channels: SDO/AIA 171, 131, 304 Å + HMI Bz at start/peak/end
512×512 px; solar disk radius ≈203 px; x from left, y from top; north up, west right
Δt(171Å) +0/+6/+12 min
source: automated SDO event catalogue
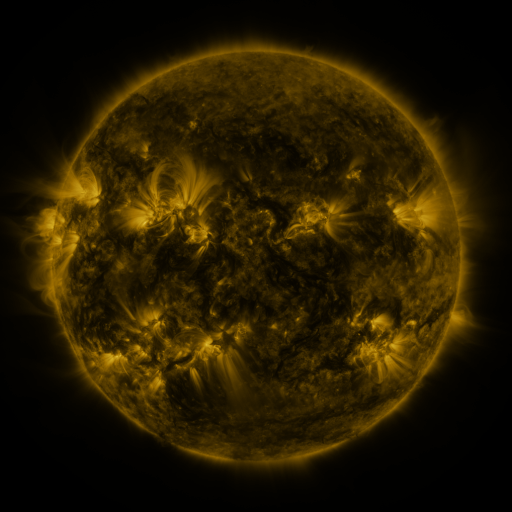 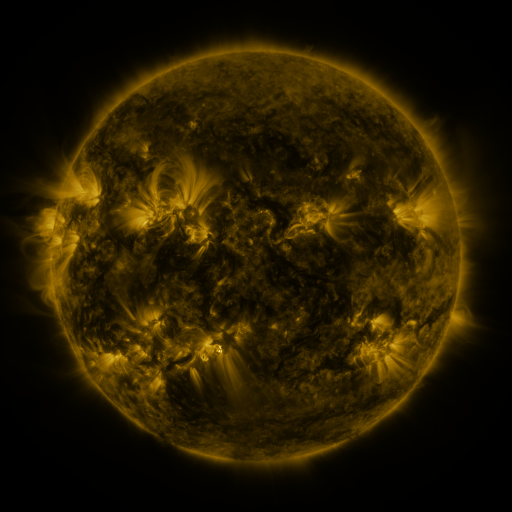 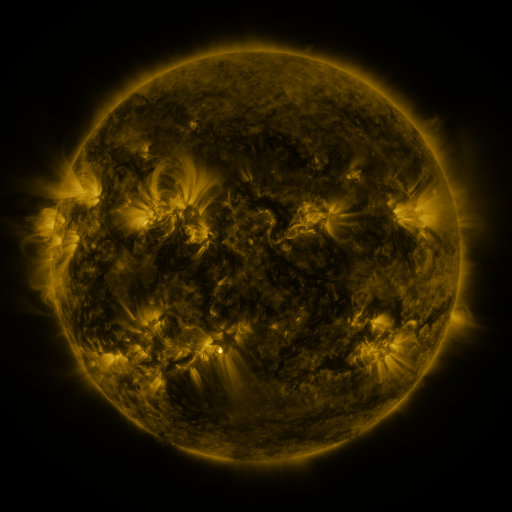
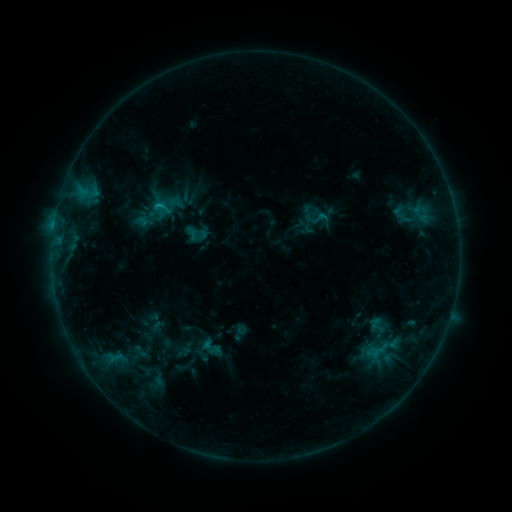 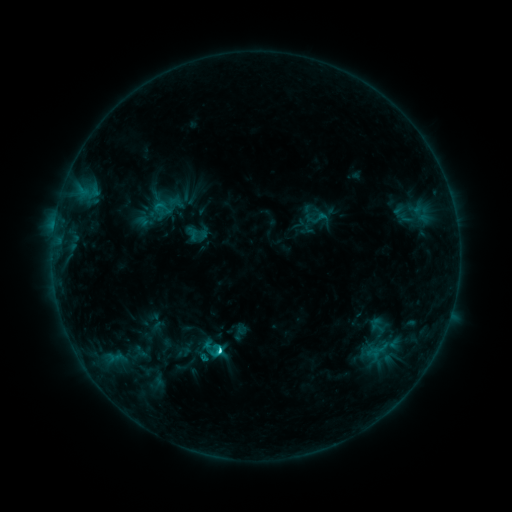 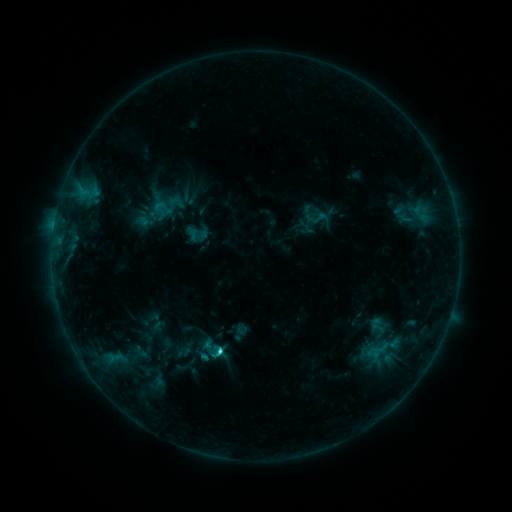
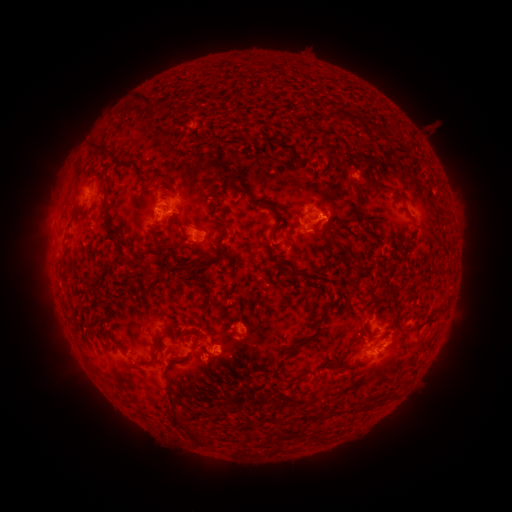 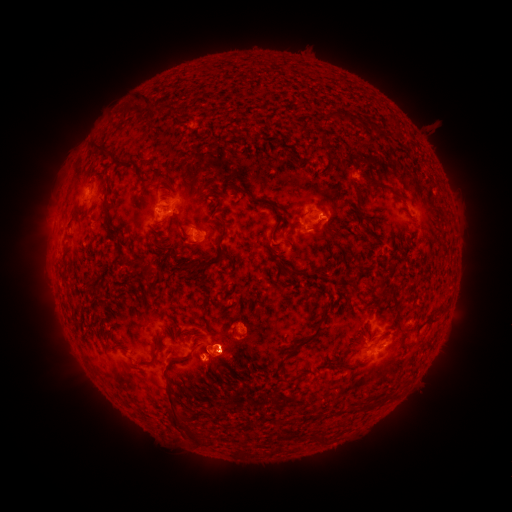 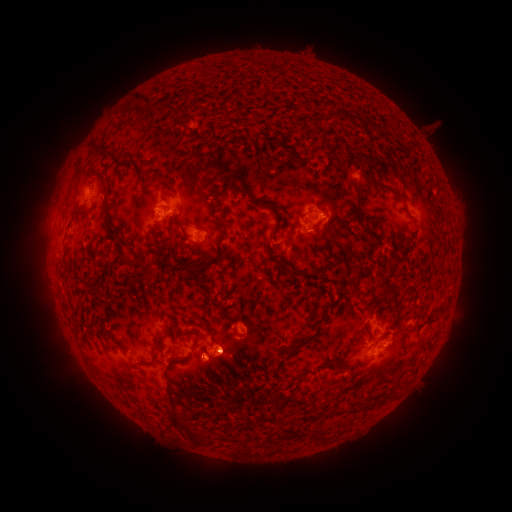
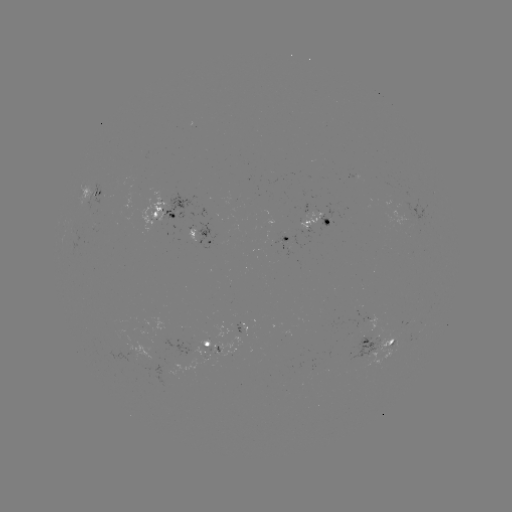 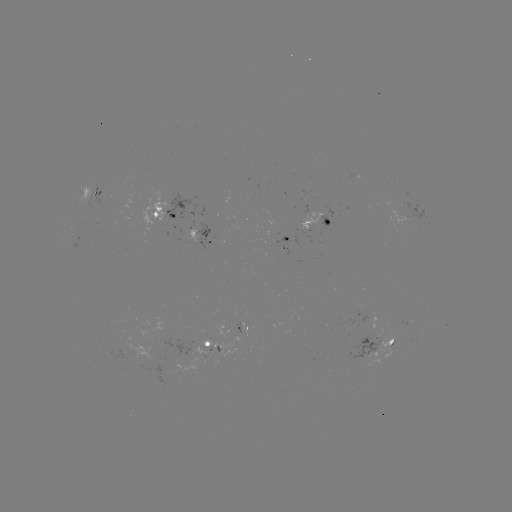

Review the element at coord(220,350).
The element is C2.8 flare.